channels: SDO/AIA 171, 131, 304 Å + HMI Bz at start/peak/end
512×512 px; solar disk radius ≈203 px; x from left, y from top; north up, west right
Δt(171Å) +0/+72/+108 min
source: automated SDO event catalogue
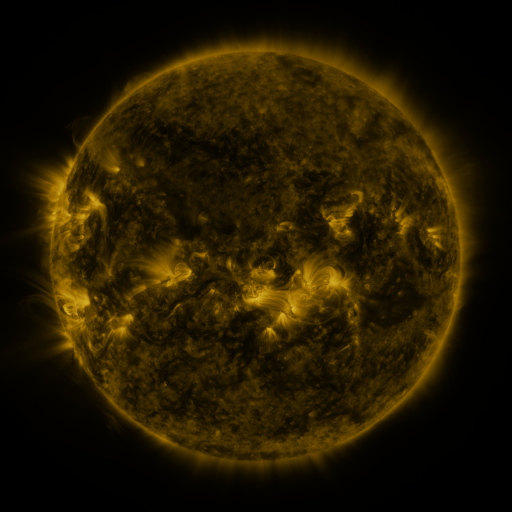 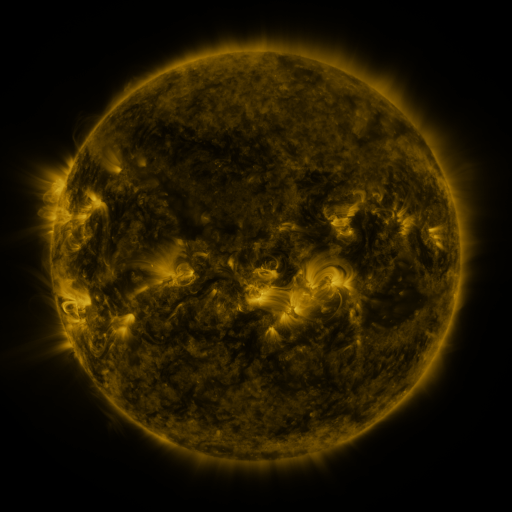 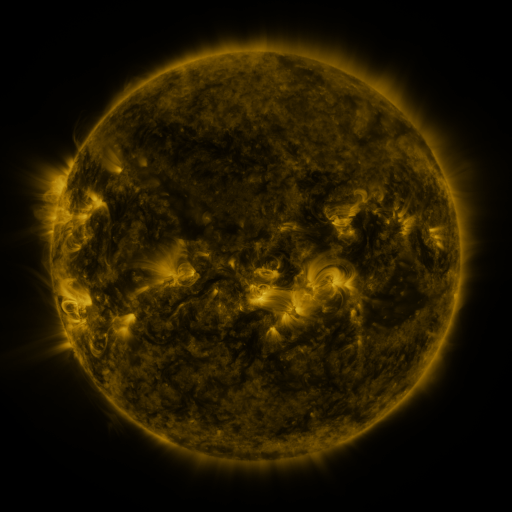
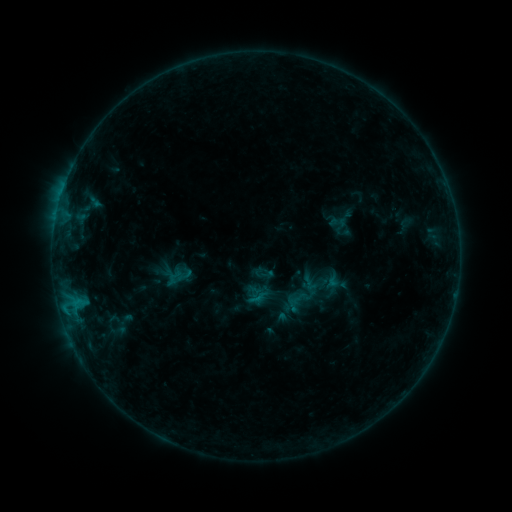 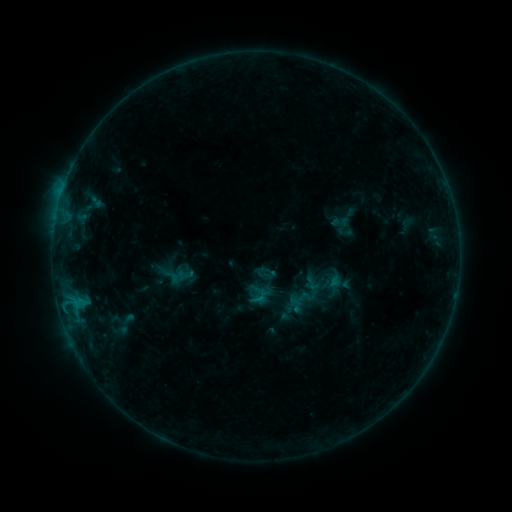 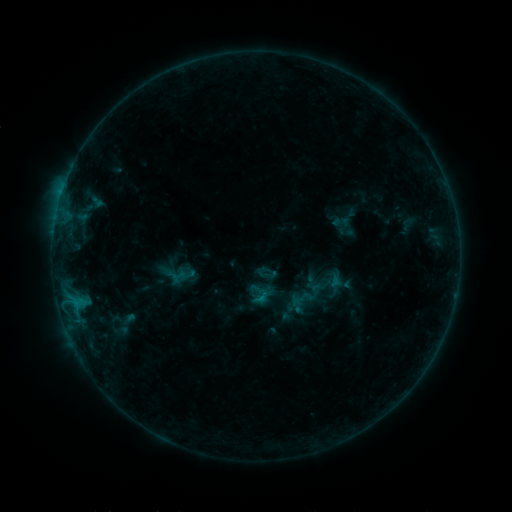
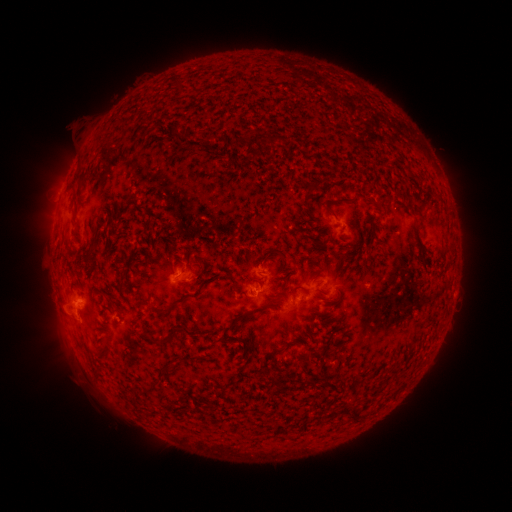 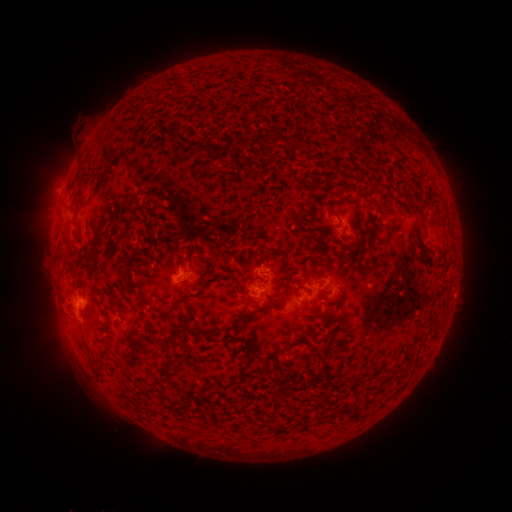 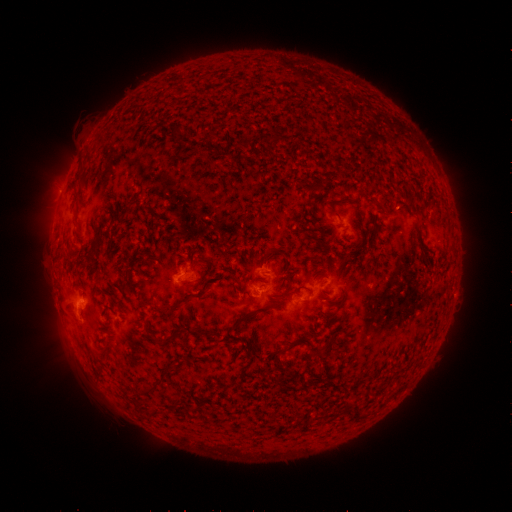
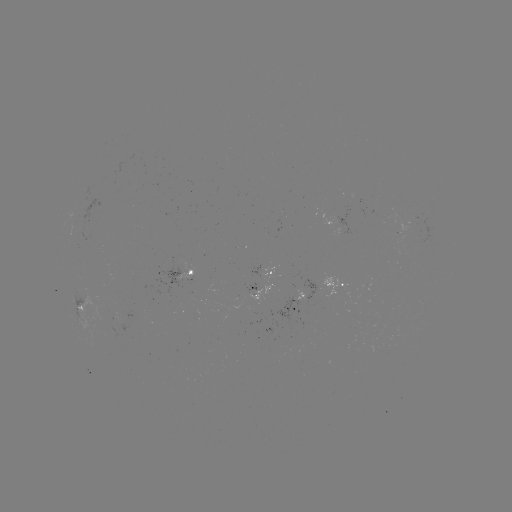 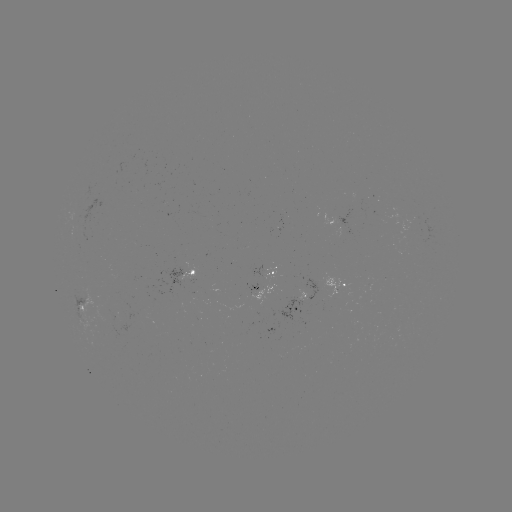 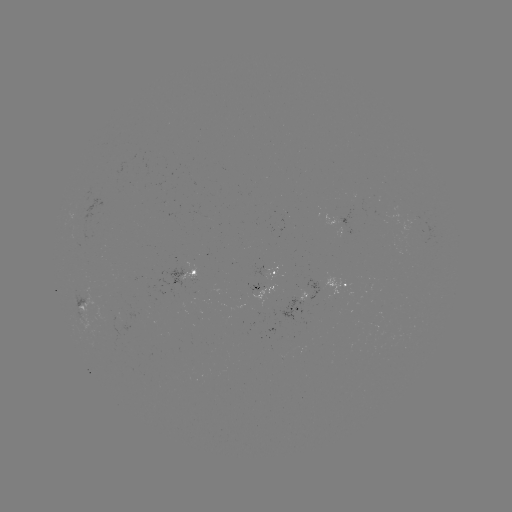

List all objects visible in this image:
emerging-flux region: (250, 292)
